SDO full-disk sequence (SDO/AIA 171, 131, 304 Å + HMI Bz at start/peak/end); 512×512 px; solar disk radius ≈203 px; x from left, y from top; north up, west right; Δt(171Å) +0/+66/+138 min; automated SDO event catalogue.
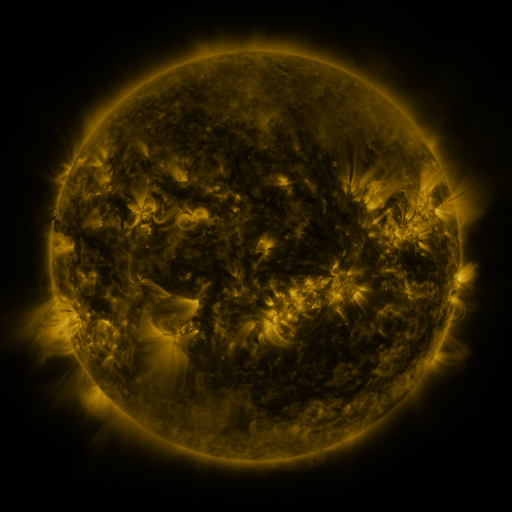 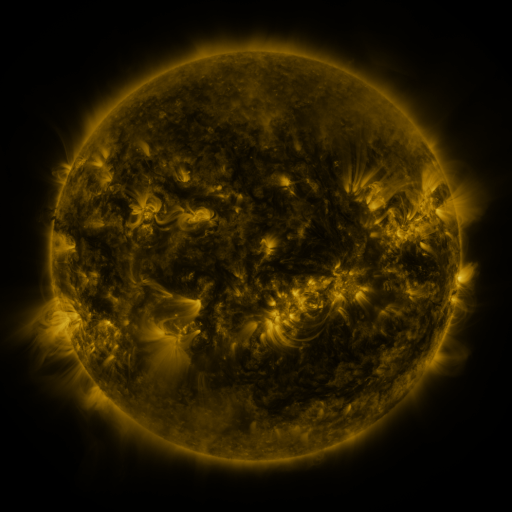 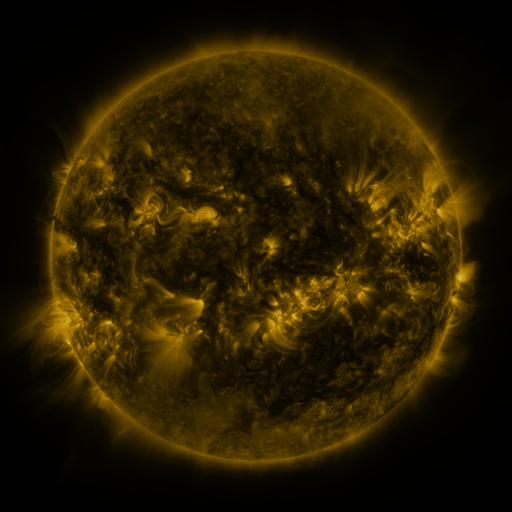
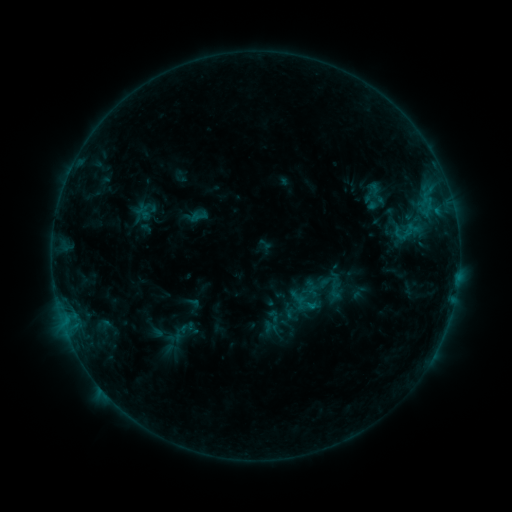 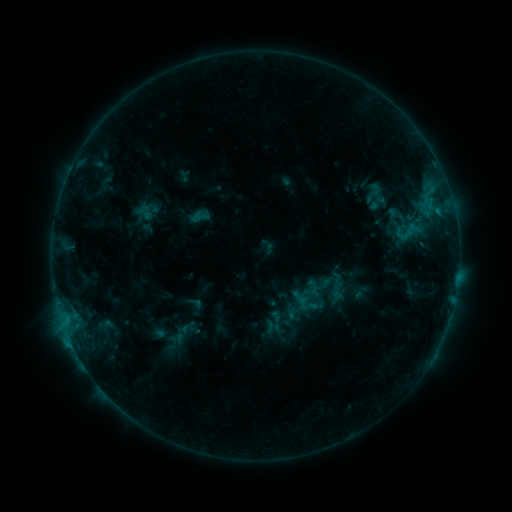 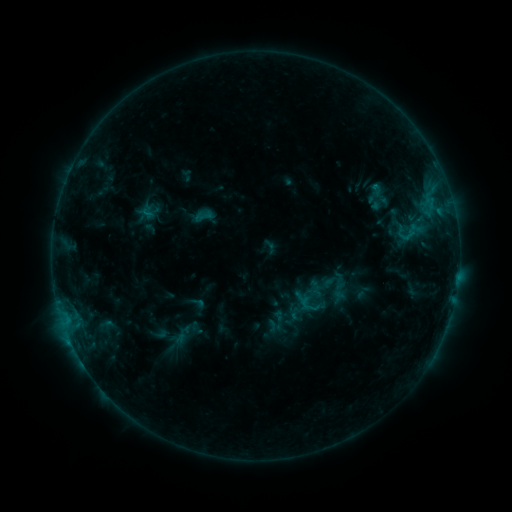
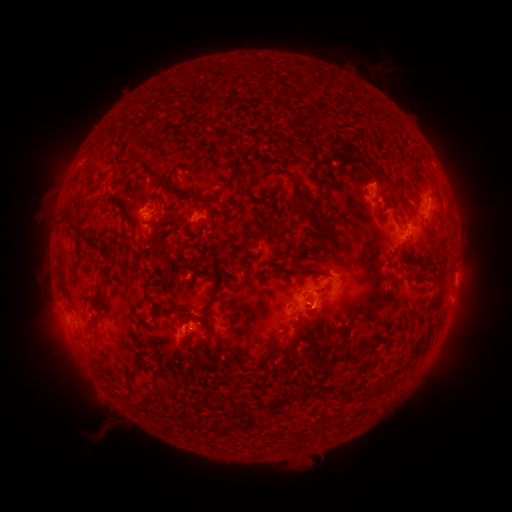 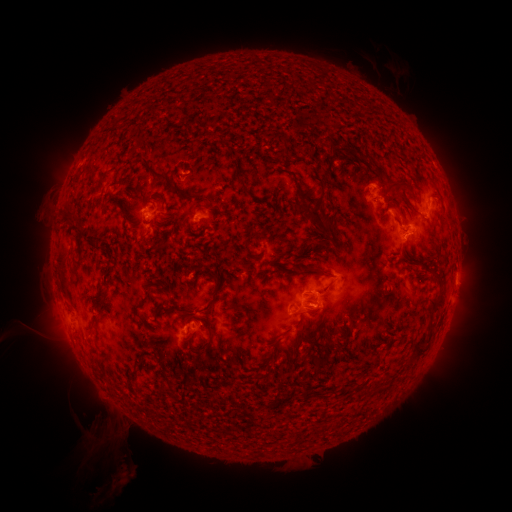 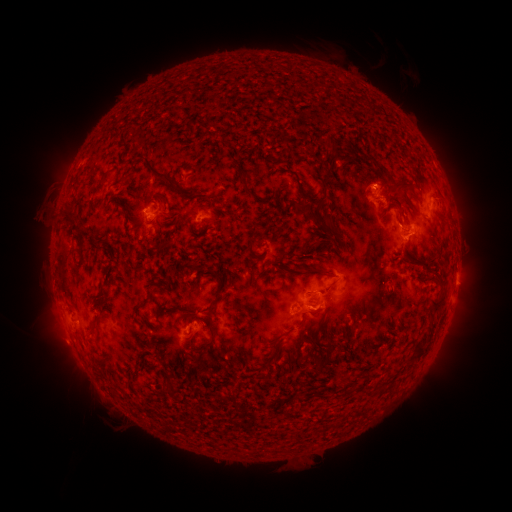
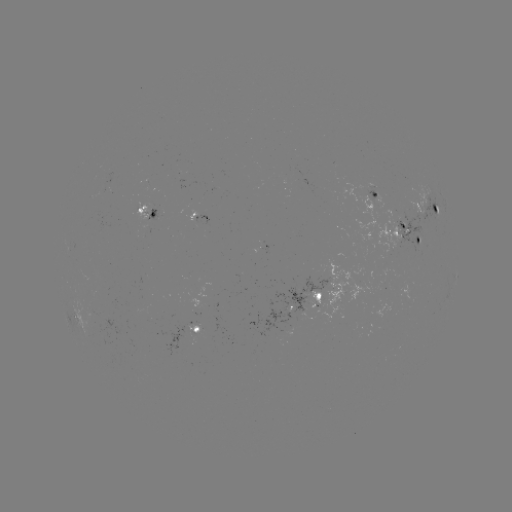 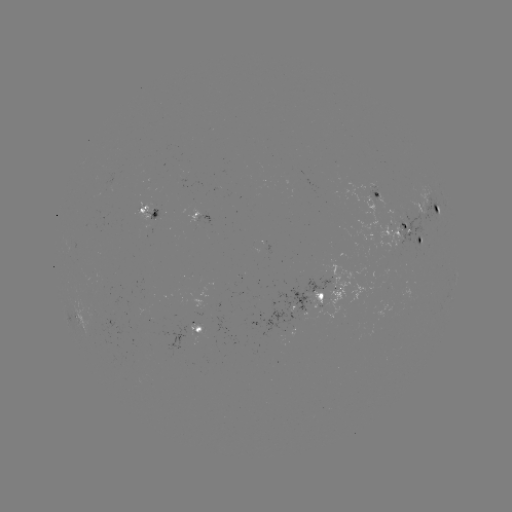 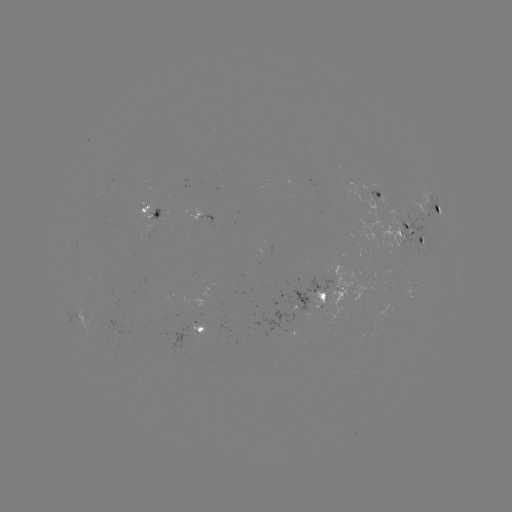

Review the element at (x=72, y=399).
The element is filament eruption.